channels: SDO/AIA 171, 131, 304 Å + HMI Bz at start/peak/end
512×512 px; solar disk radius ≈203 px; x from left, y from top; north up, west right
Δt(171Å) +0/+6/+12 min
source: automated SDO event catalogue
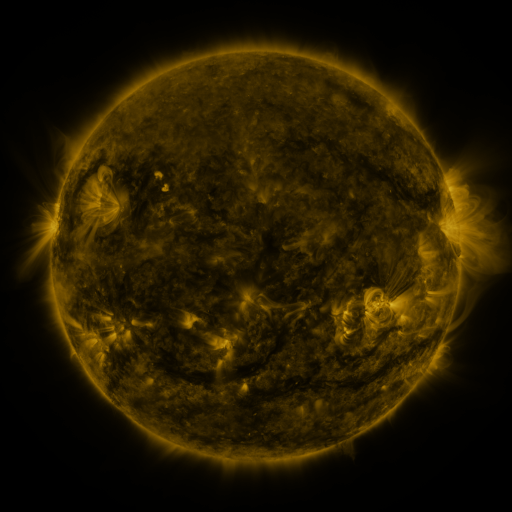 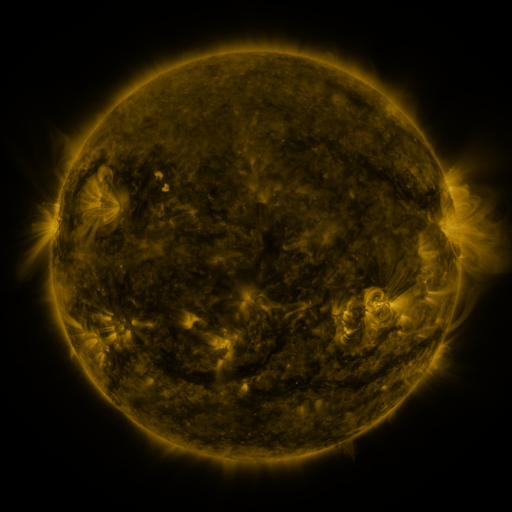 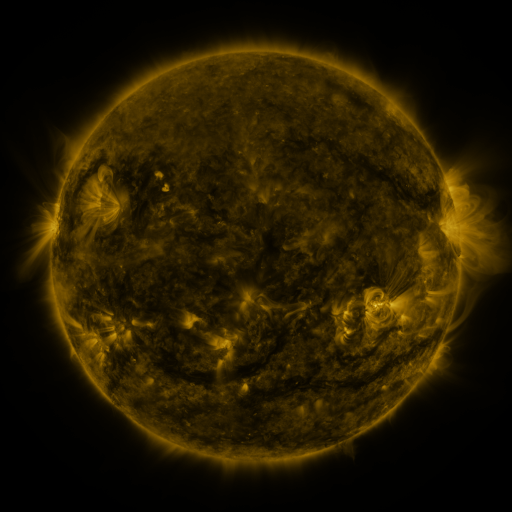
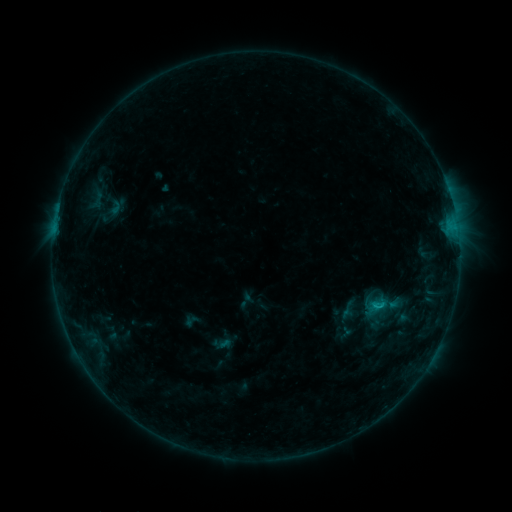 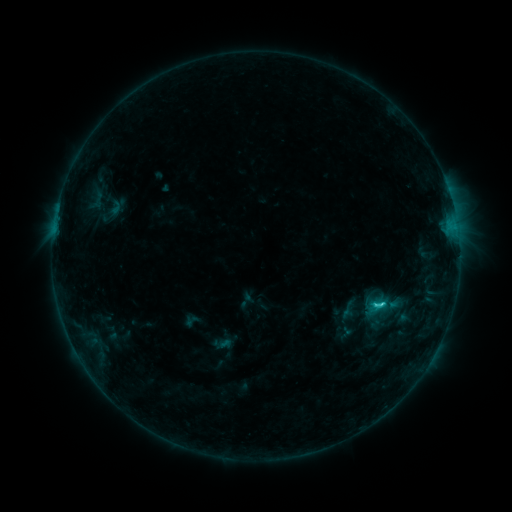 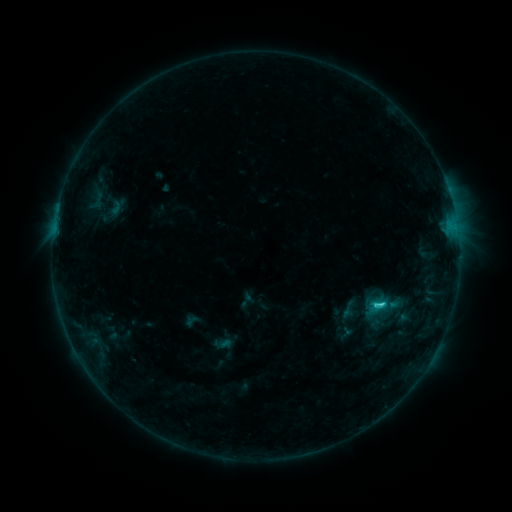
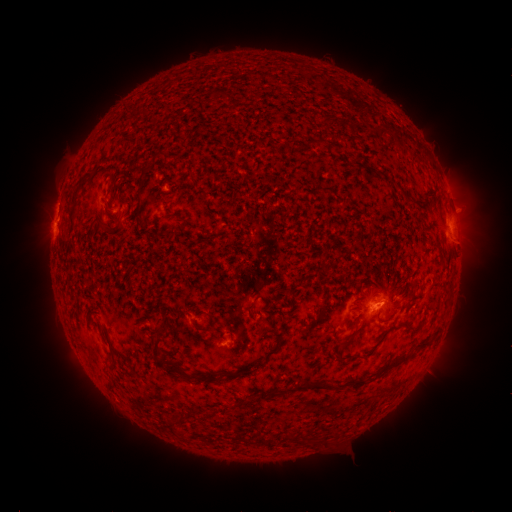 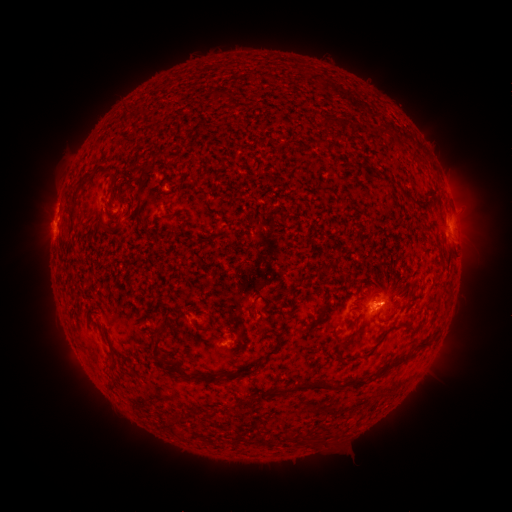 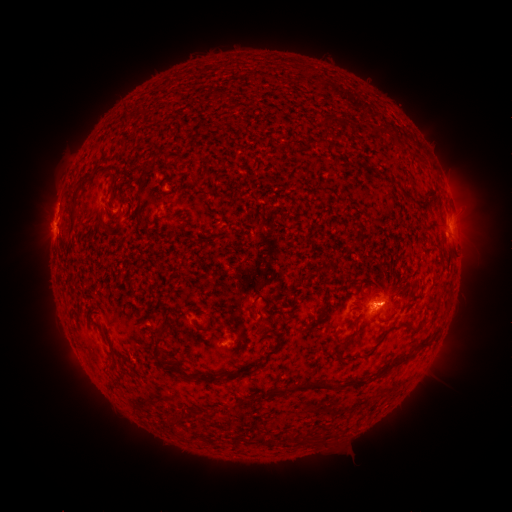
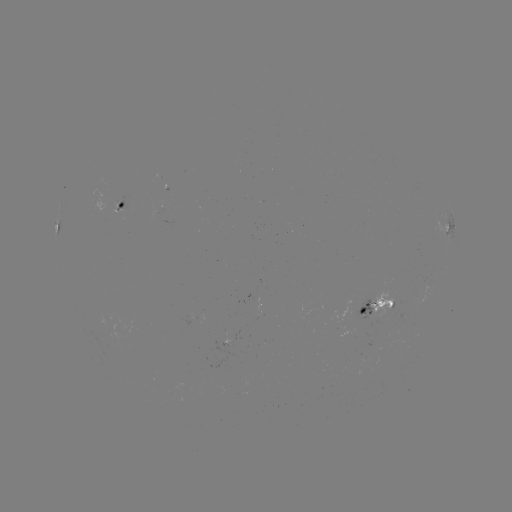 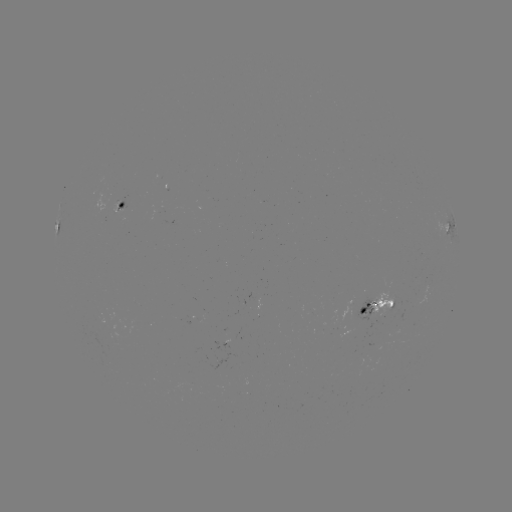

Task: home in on C1.9 flare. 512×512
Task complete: (381, 301).